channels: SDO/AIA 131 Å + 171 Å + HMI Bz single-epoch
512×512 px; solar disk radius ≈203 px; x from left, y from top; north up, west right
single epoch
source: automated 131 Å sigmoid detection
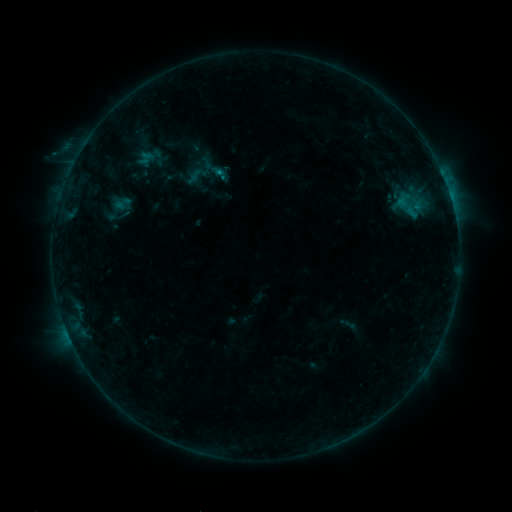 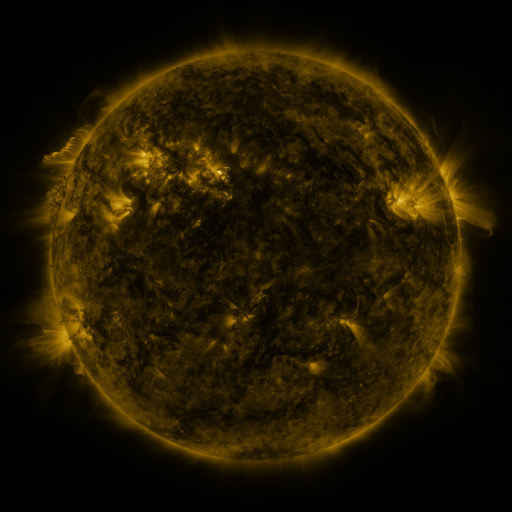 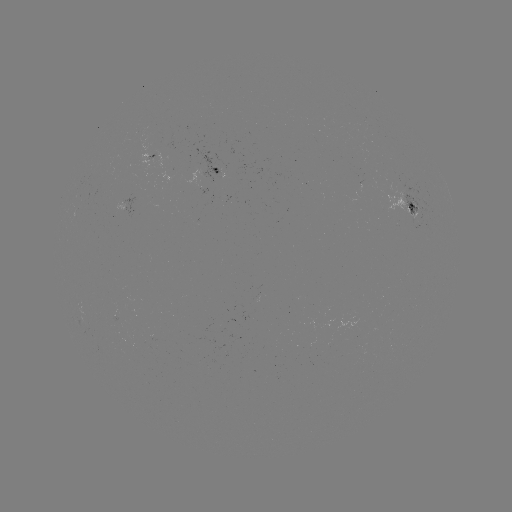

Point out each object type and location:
sigmoid: (408, 202)
